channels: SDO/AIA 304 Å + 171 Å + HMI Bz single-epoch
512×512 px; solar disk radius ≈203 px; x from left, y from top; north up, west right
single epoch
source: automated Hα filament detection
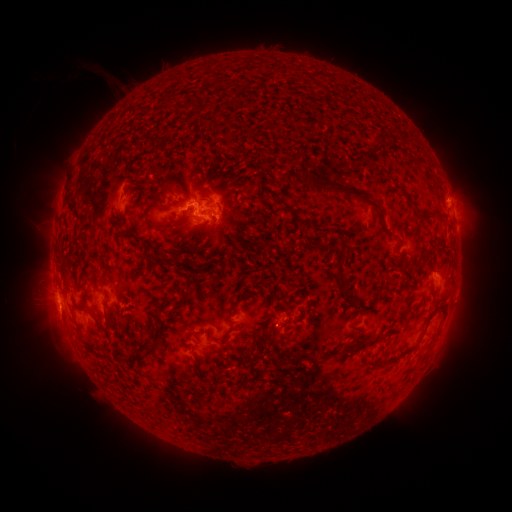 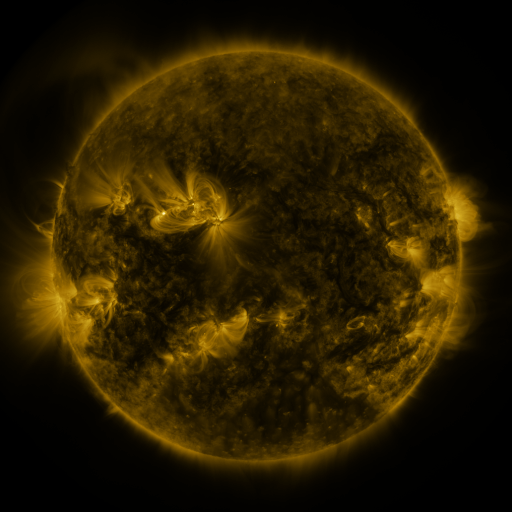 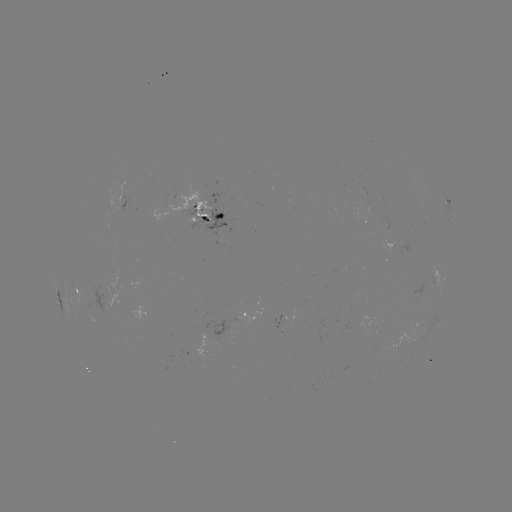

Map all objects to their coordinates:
filament: <bbox>306, 174, 383, 226</bbox>
filament: <bbox>227, 204, 236, 211</bbox>
filament: <bbox>412, 205, 421, 218</bbox>
filament: <bbox>434, 213, 442, 222</bbox>
filament: <bbox>296, 220, 305, 230</bbox>
filament: <bbox>281, 239, 291, 252</bbox>
filament: <bbox>437, 245, 447, 253</bbox>
filament: <bbox>420, 248, 433, 260</bbox>
filament: <bbox>144, 251, 170, 265</bbox>
filament: <bbox>171, 252, 182, 267</bbox>
filament: <bbox>336, 261, 347, 294</bbox>
filament: <bbox>204, 278, 212, 288</bbox>
filament: <bbox>185, 284, 193, 297</bbox>
filament: <bbox>228, 301, 238, 311</bbox>
filament: <bbox>92, 315, 103, 330</bbox>
filament: <bbox>252, 332, 263, 344</bbox>
